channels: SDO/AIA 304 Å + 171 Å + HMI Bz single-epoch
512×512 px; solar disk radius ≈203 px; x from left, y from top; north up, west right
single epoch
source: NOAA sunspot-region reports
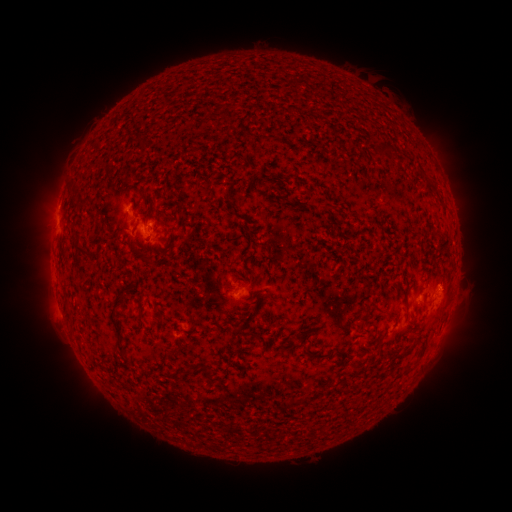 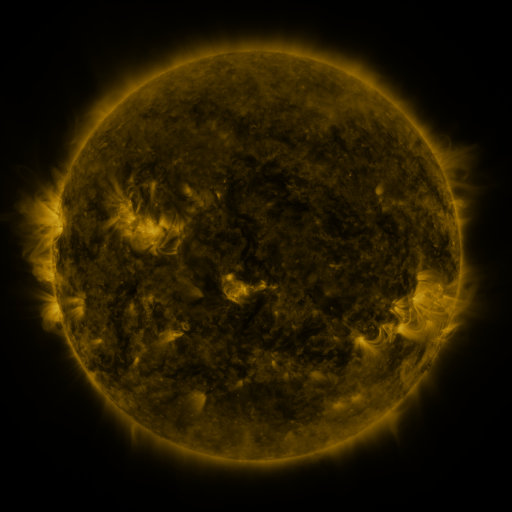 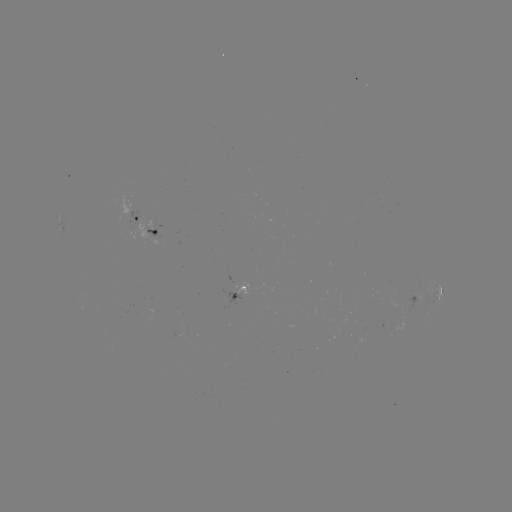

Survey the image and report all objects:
spotted active region: (141, 220)
spotted active region: (155, 231)
spotted active region: (241, 292)
spotted active region: (415, 299)
